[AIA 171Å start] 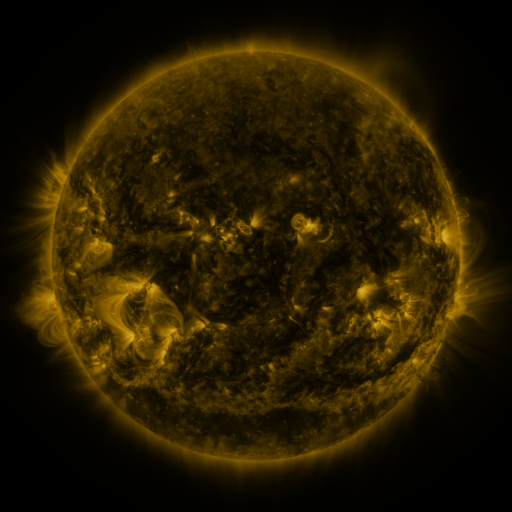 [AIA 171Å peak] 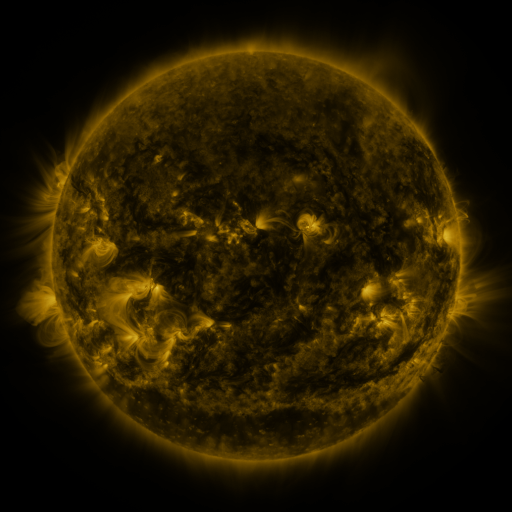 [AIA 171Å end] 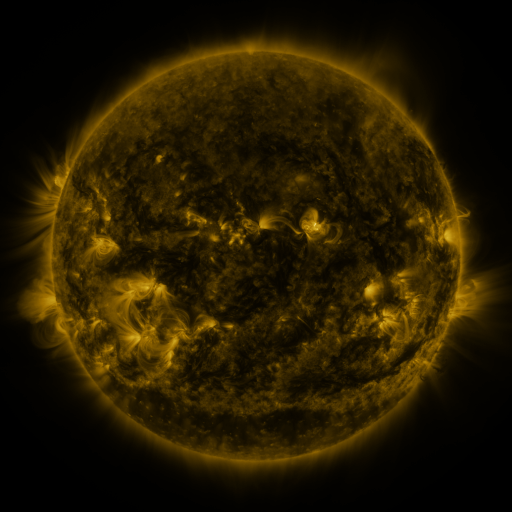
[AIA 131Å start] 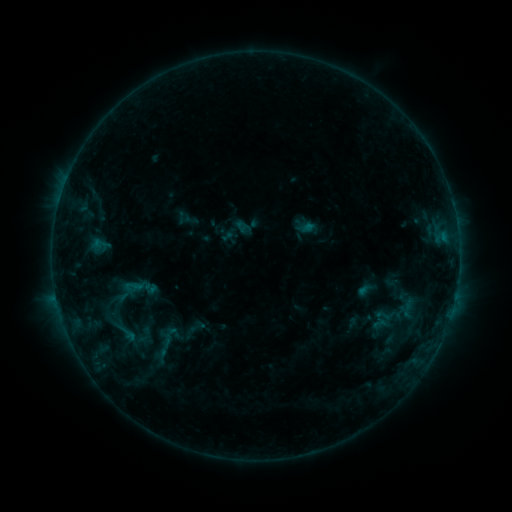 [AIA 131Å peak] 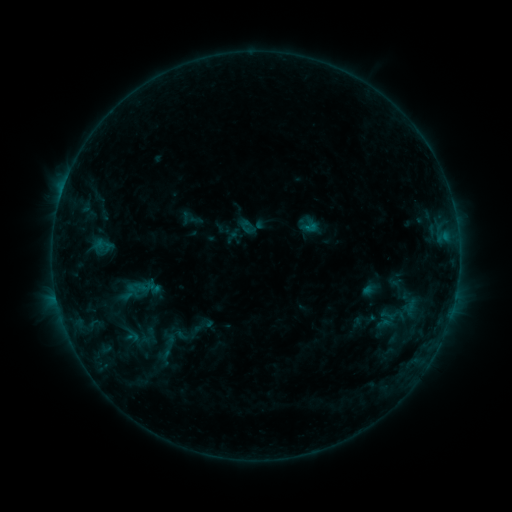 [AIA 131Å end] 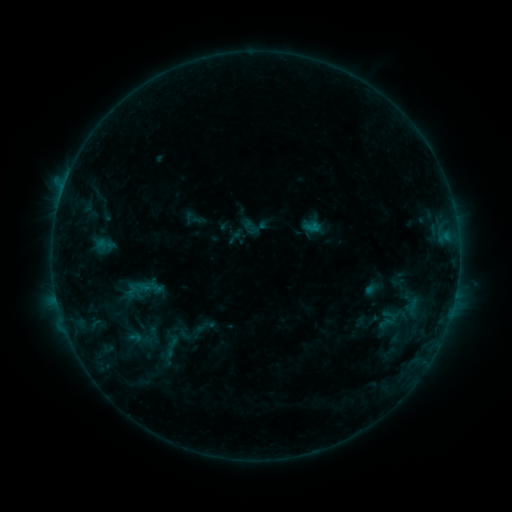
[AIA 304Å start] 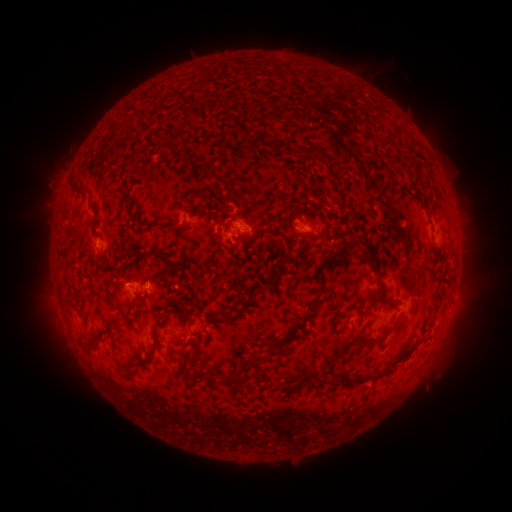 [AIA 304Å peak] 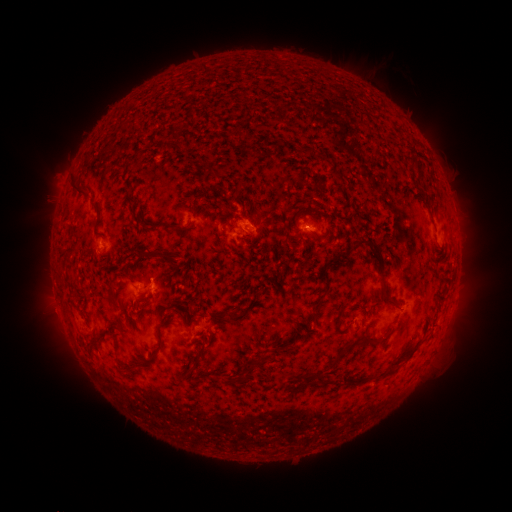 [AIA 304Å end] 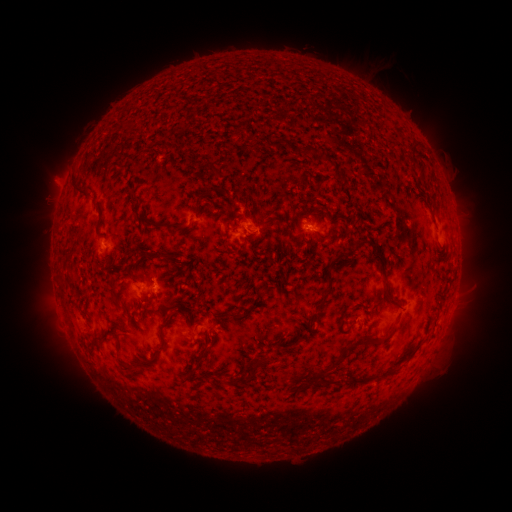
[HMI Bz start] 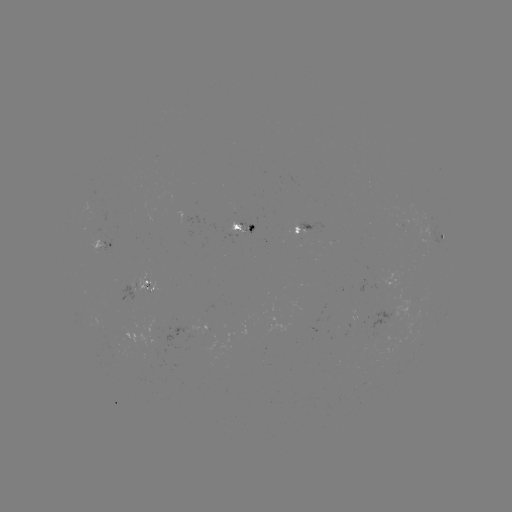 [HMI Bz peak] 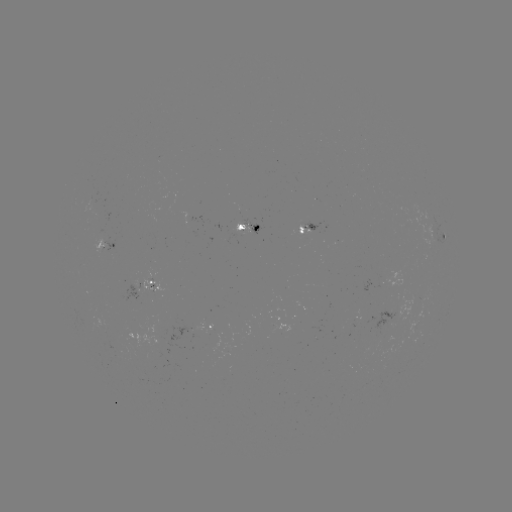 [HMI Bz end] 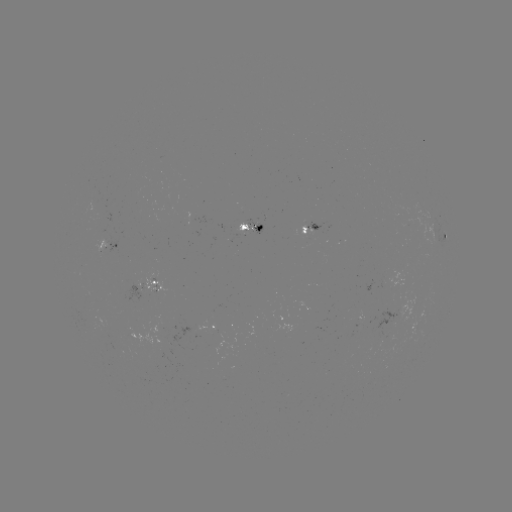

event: flare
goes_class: B7.0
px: (62, 193)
